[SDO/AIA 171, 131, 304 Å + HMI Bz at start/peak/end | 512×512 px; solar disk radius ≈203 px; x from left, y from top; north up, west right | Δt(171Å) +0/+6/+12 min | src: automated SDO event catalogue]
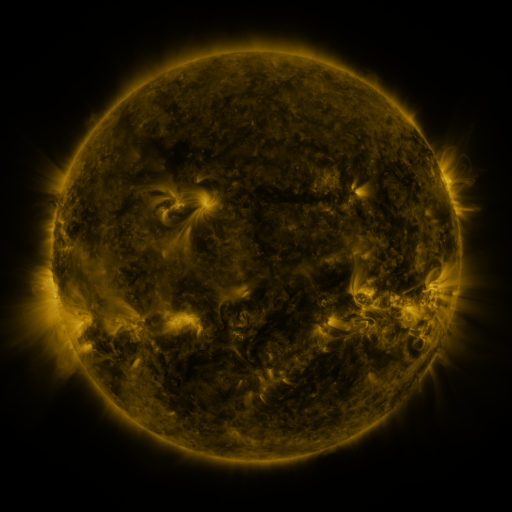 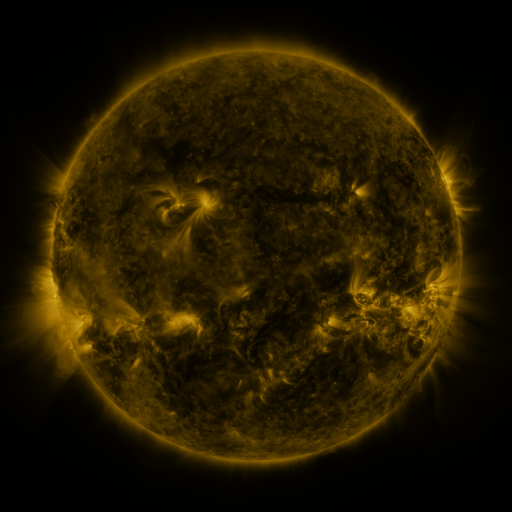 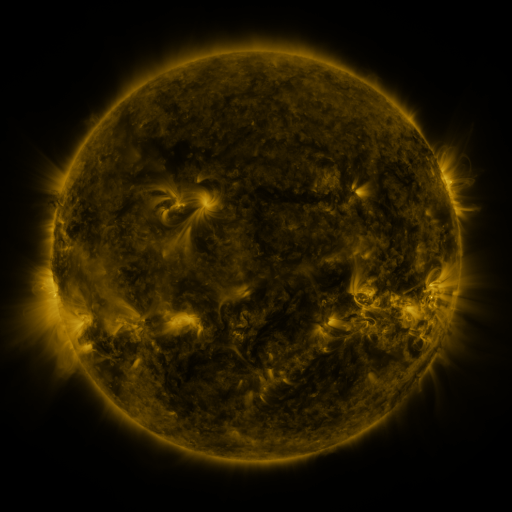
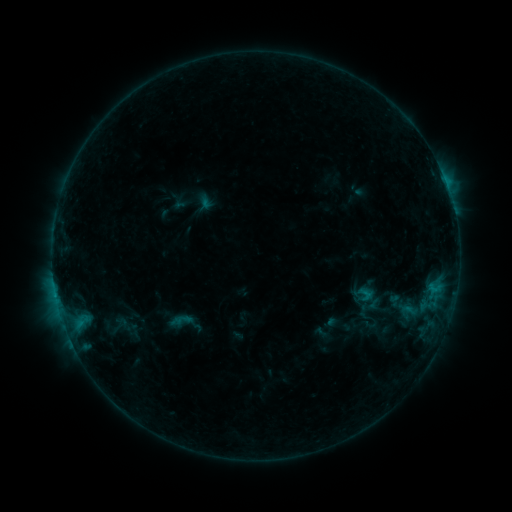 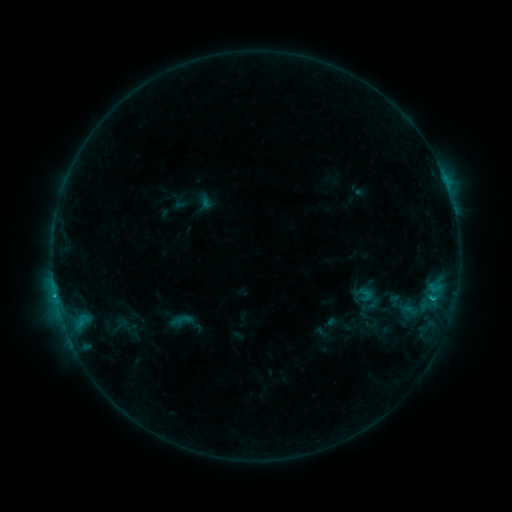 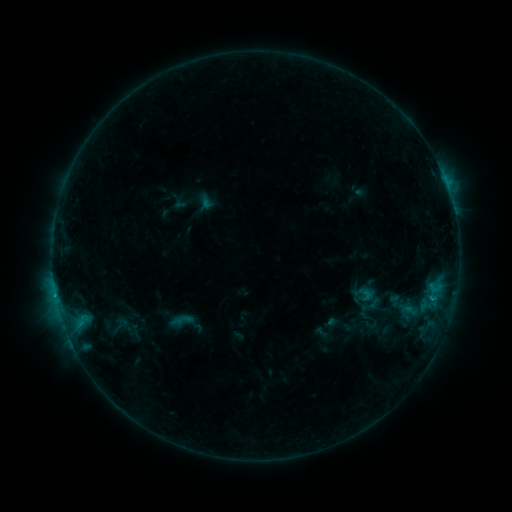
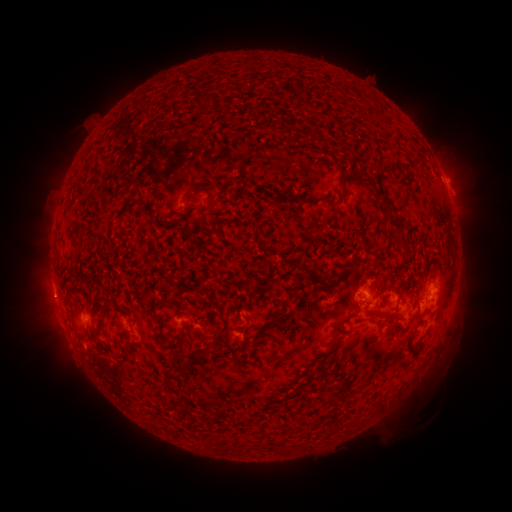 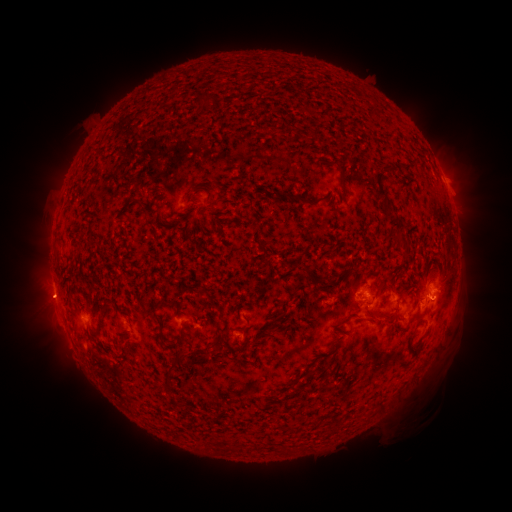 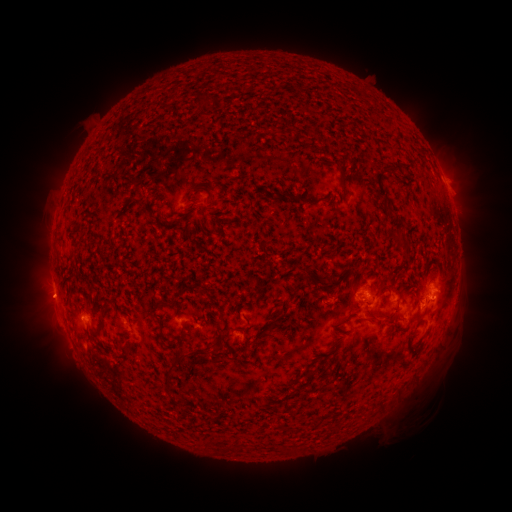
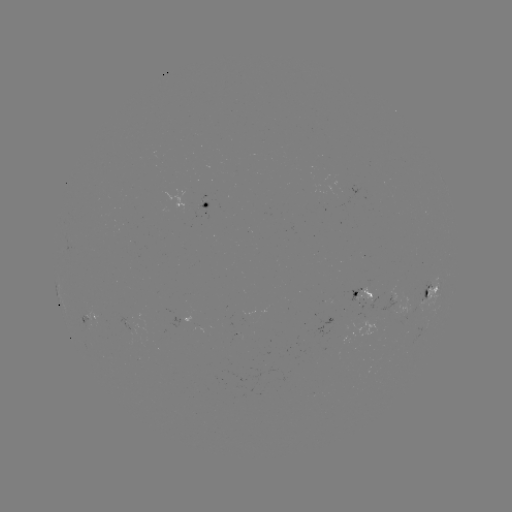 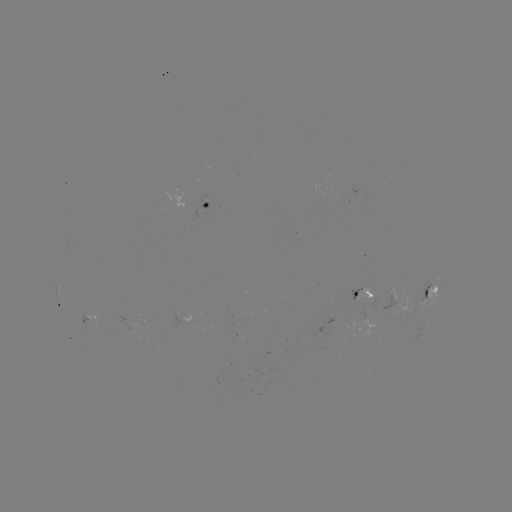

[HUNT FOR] B8.9 flare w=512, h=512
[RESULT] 56,295